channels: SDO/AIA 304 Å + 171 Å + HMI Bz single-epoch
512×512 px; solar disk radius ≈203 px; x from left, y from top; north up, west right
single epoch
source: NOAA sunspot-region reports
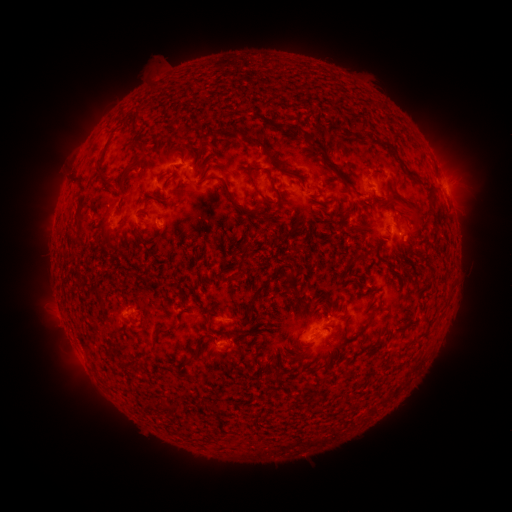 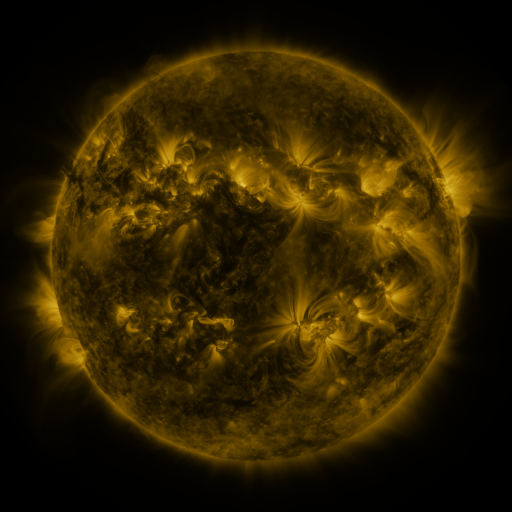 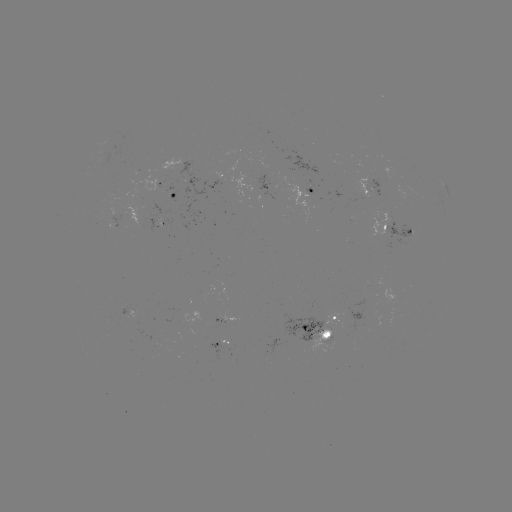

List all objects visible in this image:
spotted active region: (164, 180)
spotted active region: (373, 183)
spotted active region: (305, 190)
spotted active region: (173, 193)
spotted active region: (447, 193)
spotted active region: (401, 235)
spotted active region: (127, 312)
spotted active region: (225, 319)
spotted active region: (320, 333)
